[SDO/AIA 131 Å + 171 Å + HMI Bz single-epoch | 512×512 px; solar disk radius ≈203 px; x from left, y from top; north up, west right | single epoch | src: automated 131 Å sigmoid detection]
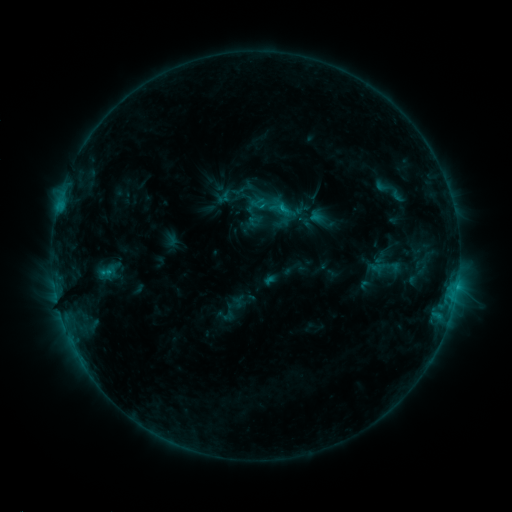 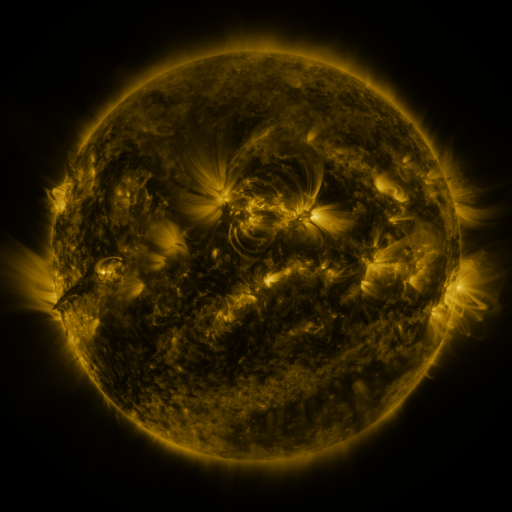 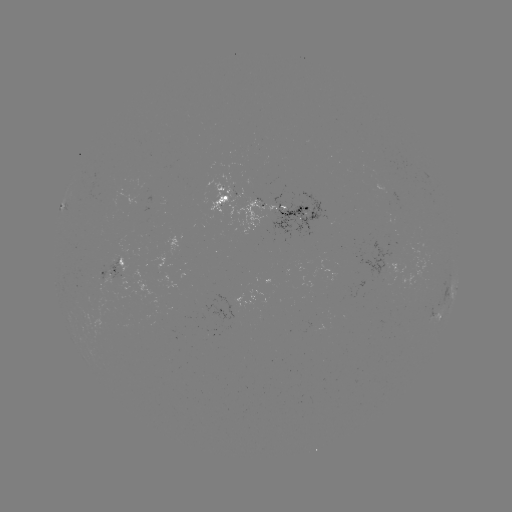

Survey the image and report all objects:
sigmoid: (258, 188, 293, 223)
